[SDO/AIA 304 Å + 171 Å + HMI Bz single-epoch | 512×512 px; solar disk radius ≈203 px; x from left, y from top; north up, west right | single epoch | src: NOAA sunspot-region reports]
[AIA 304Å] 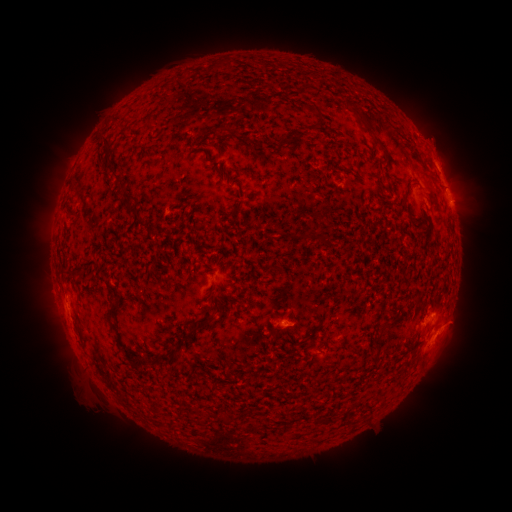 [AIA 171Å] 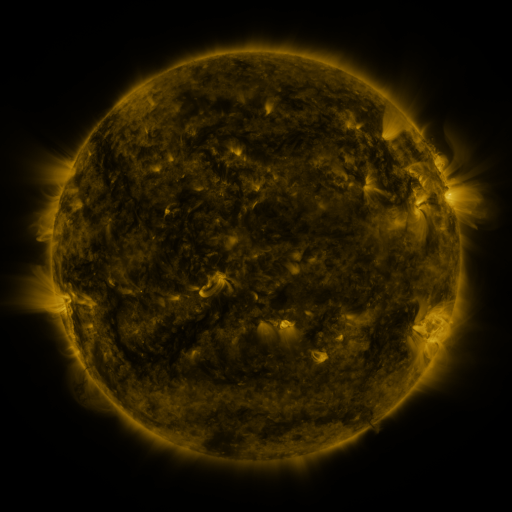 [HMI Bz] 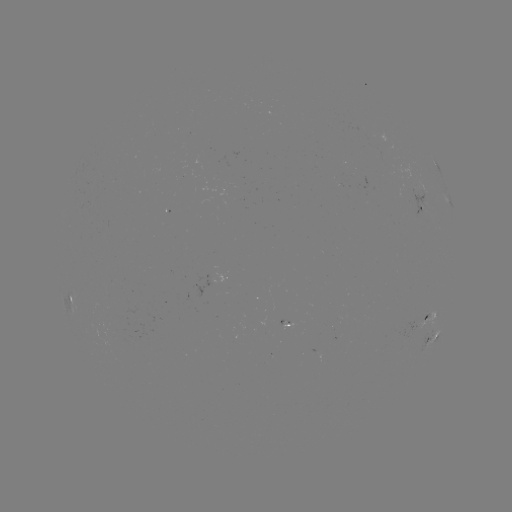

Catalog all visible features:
spotted active region: (436, 166)
spotted active region: (449, 202)
spotted active region: (421, 203)
spotted active region: (72, 299)
spotted active region: (430, 315)
spotted active region: (431, 338)
